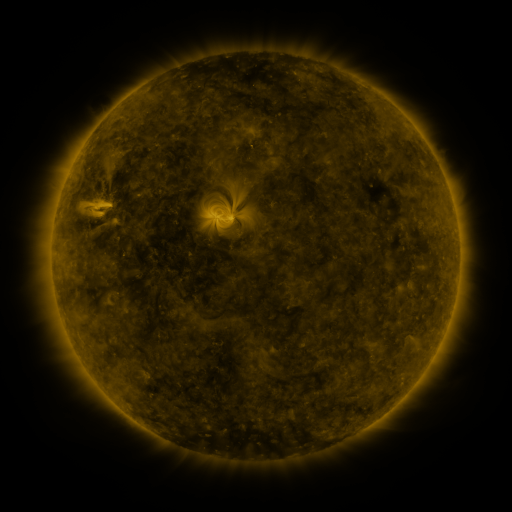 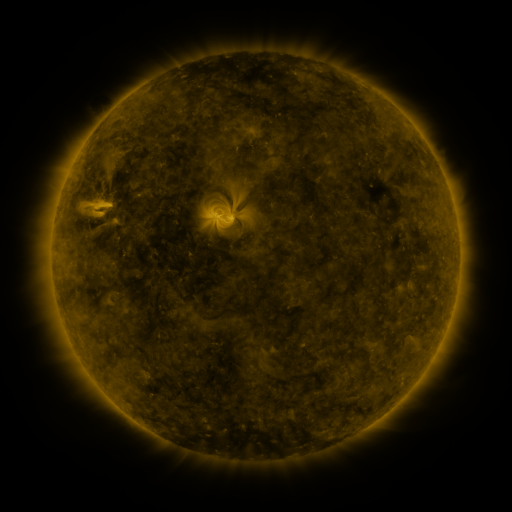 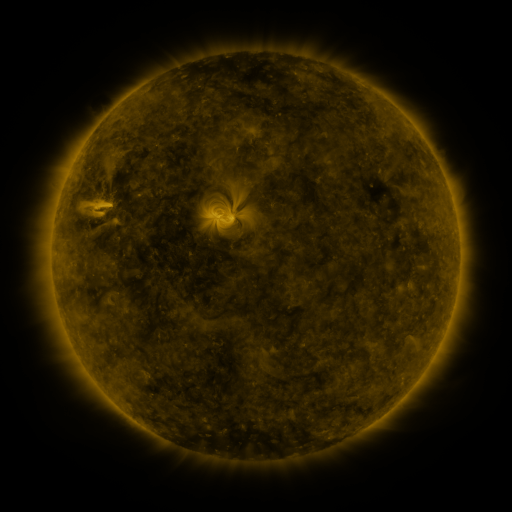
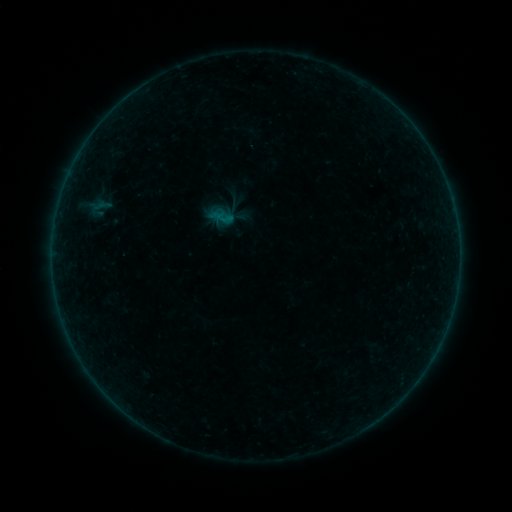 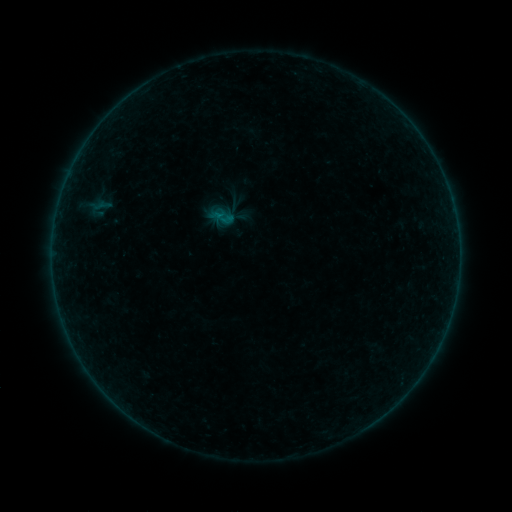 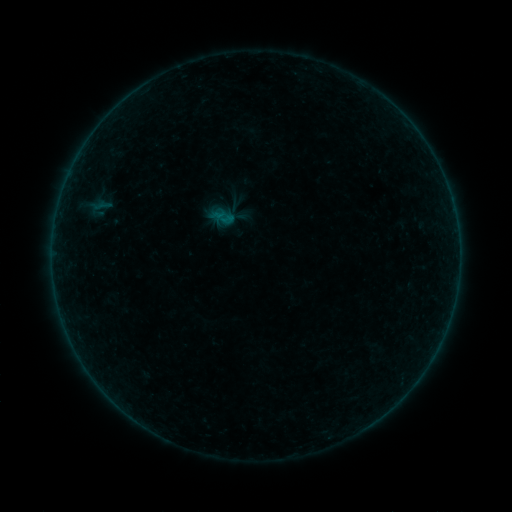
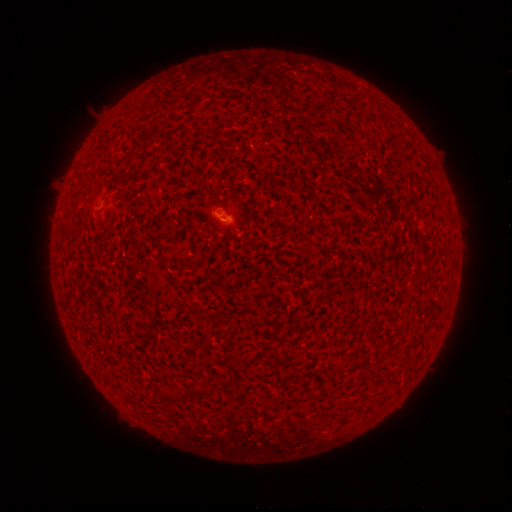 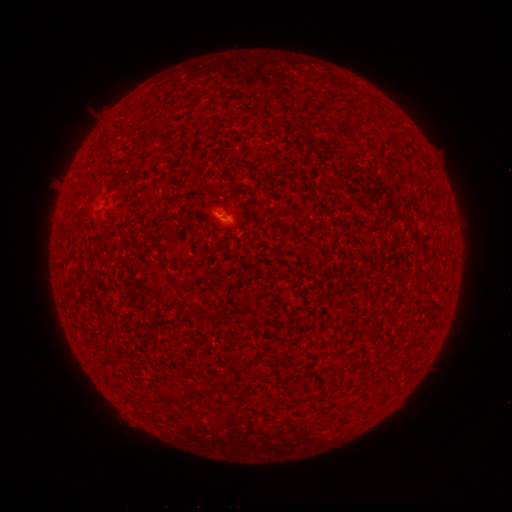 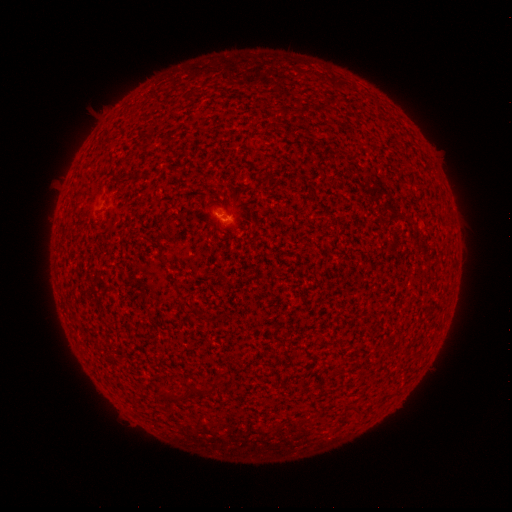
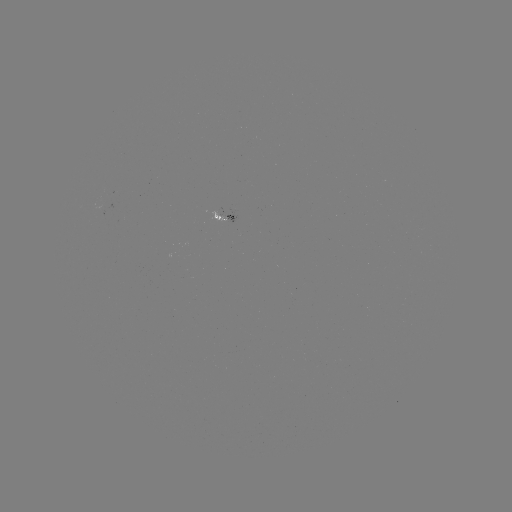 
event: flare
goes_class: B1.2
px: (220, 216)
